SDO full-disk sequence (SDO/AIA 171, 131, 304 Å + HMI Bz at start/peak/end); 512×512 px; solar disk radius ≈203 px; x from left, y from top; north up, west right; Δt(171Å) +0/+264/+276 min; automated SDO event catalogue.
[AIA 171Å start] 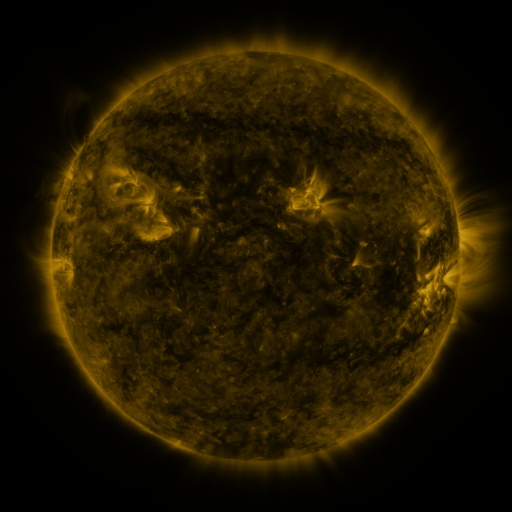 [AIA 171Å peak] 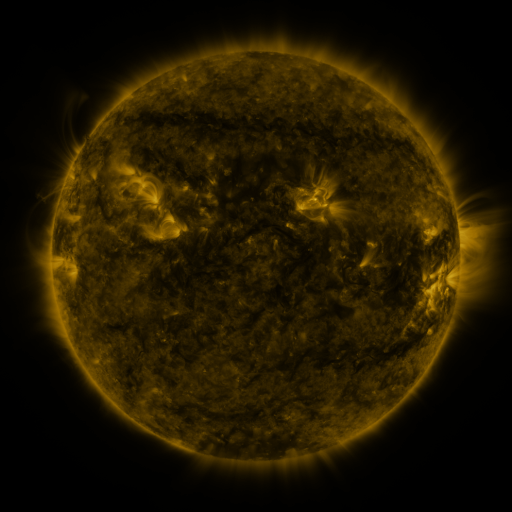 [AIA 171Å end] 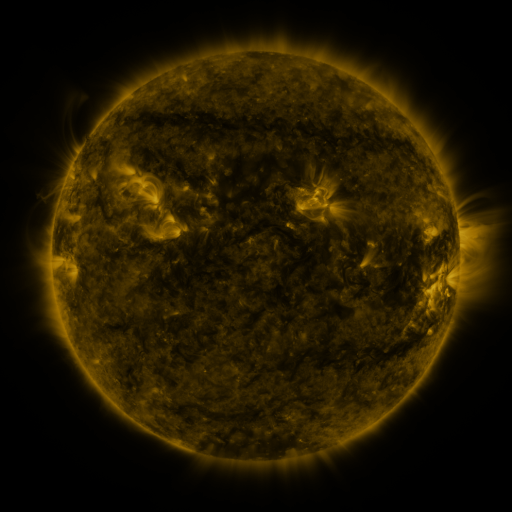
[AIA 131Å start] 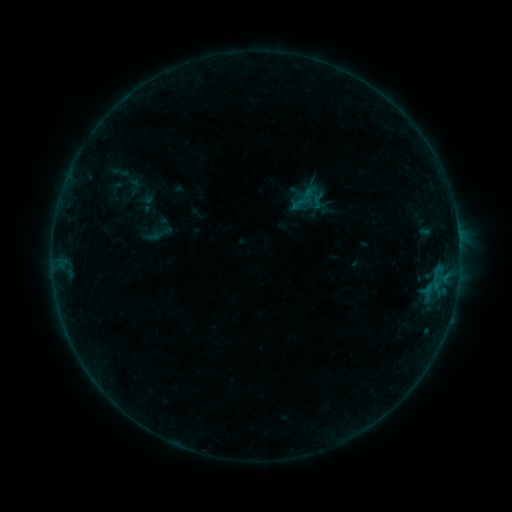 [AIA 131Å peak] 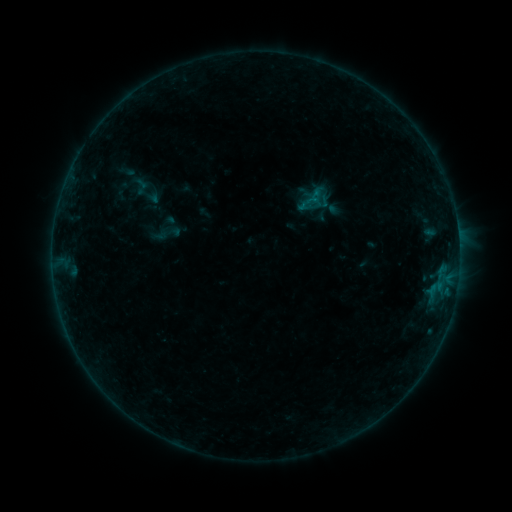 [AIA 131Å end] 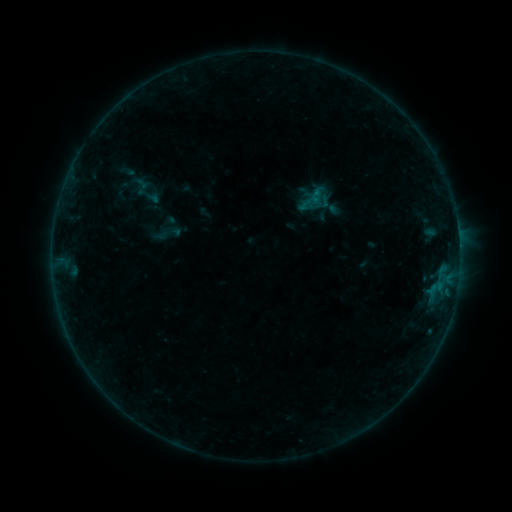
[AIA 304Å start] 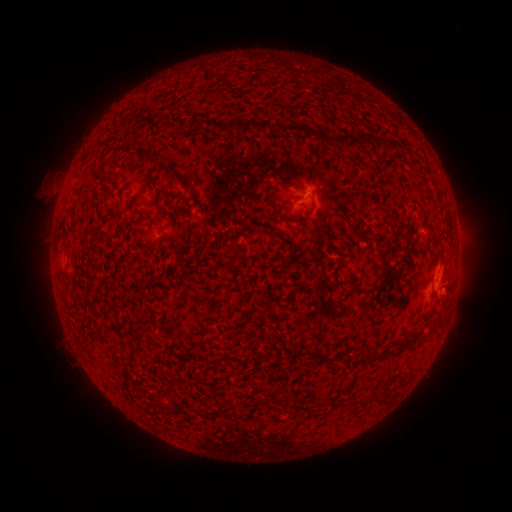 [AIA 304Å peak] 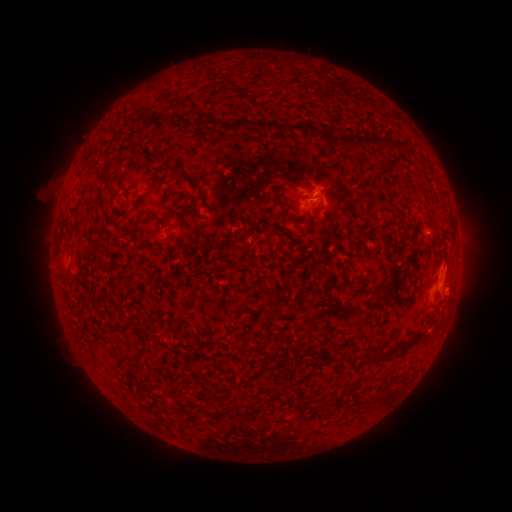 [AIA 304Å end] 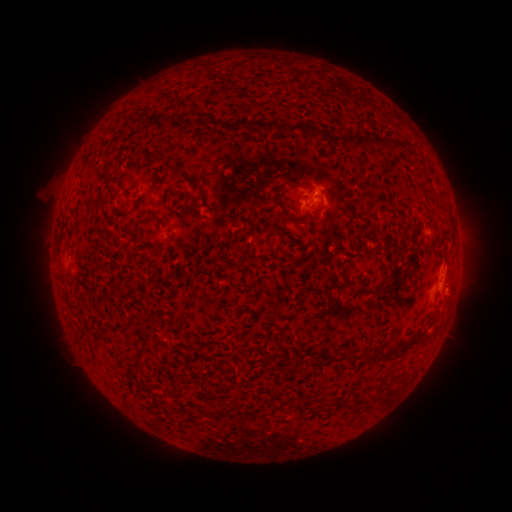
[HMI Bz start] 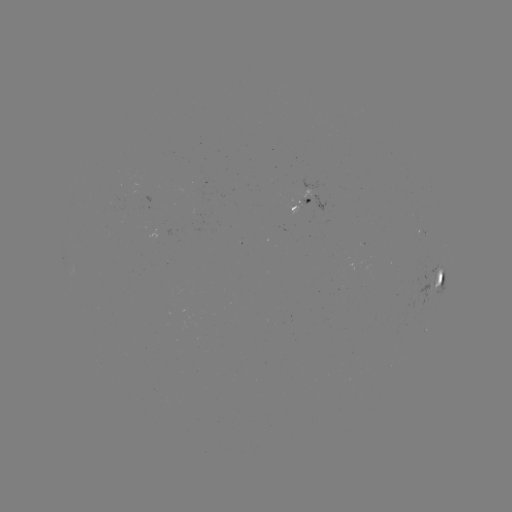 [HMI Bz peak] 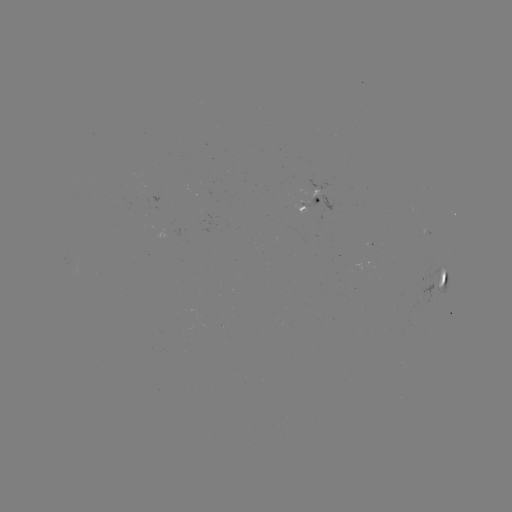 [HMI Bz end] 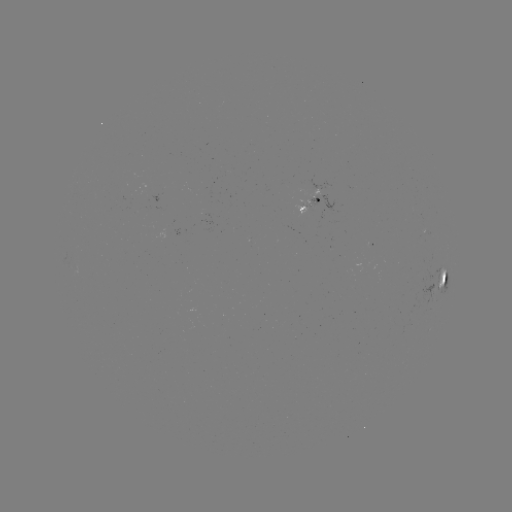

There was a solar emerging-flux region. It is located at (311, 197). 